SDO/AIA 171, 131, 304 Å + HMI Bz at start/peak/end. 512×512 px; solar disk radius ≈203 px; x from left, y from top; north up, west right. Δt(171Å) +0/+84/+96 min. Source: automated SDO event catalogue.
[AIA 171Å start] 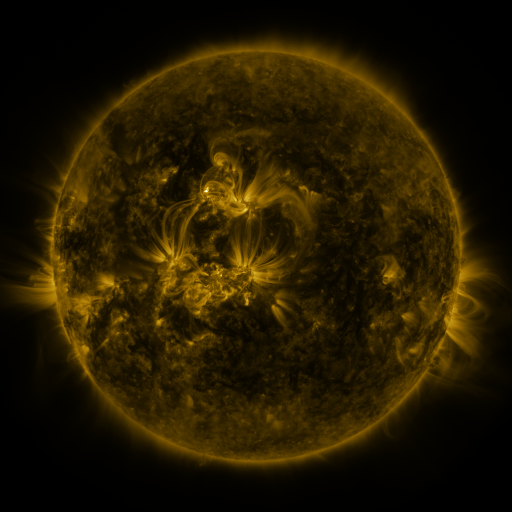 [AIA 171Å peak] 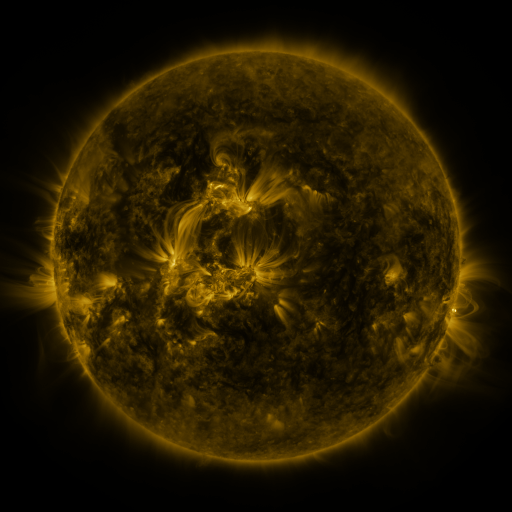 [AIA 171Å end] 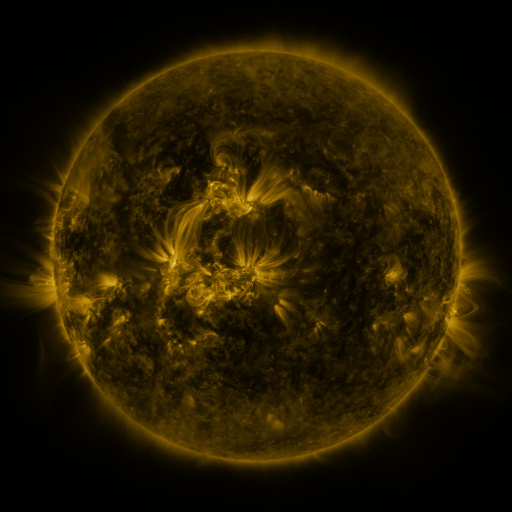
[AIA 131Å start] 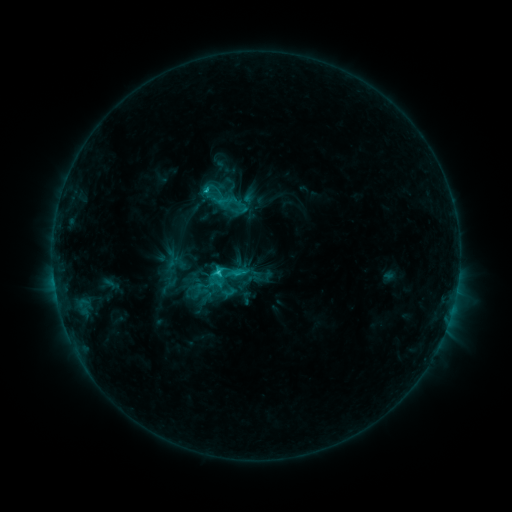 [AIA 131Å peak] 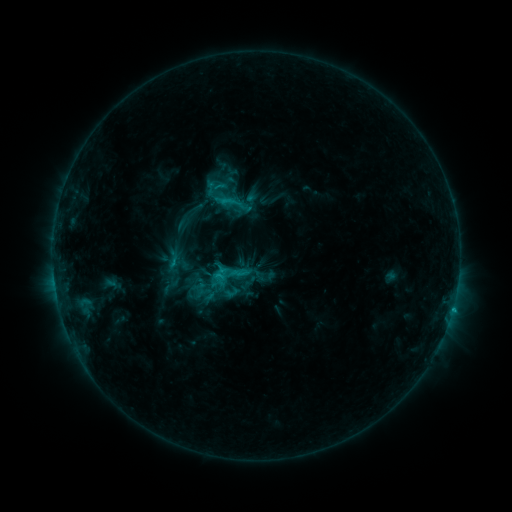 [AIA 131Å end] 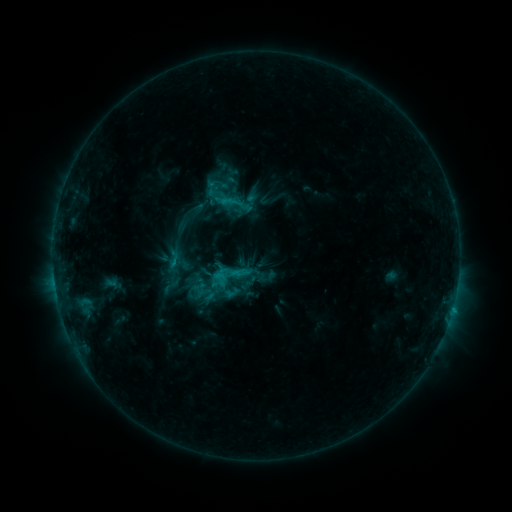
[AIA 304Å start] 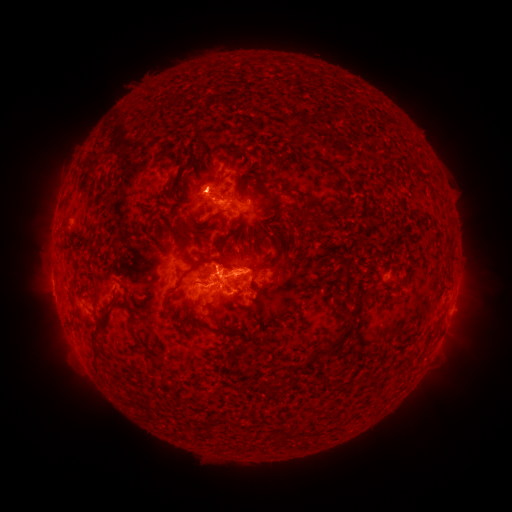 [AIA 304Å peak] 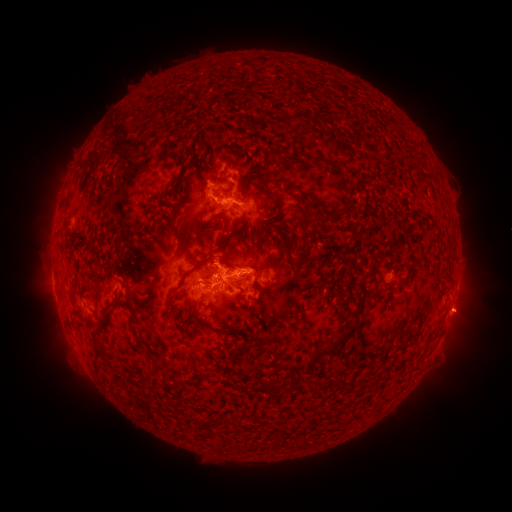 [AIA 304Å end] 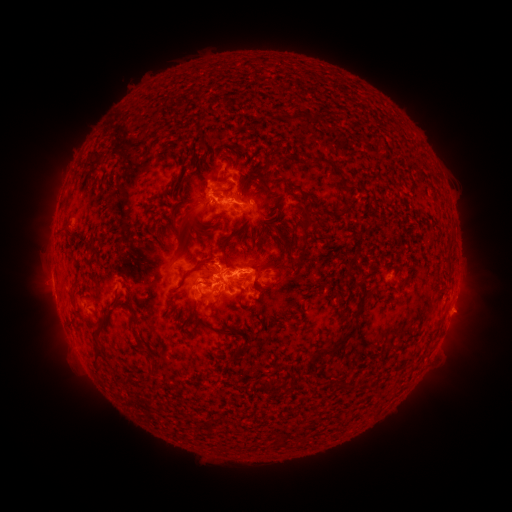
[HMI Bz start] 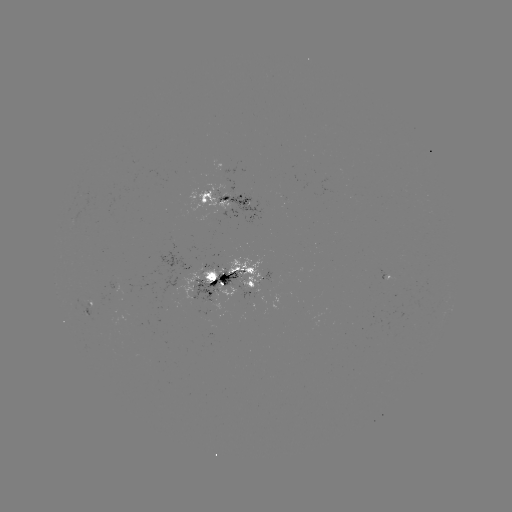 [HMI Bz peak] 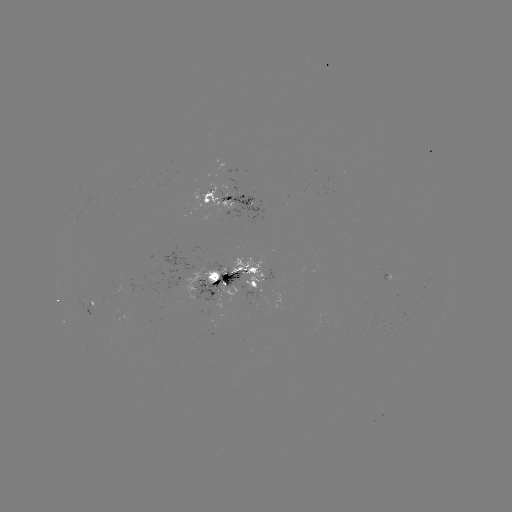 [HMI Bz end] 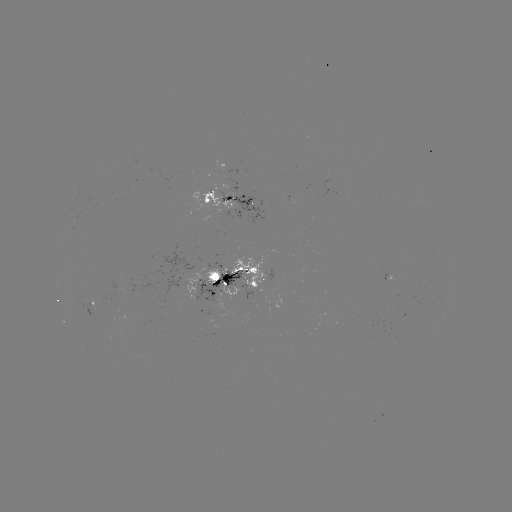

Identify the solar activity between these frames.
emerging-flux region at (205, 294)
